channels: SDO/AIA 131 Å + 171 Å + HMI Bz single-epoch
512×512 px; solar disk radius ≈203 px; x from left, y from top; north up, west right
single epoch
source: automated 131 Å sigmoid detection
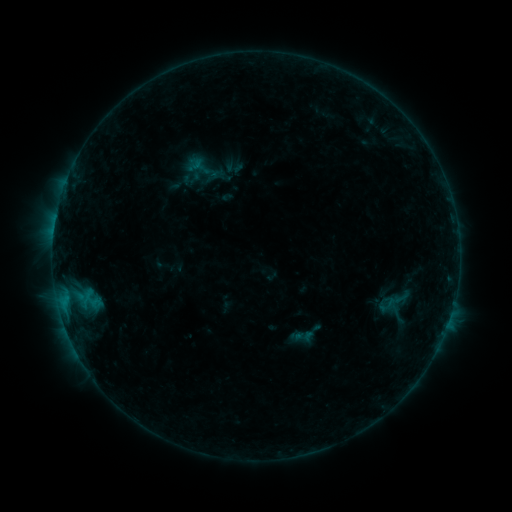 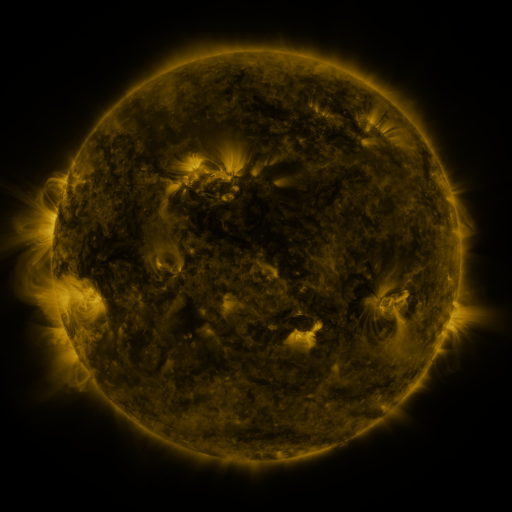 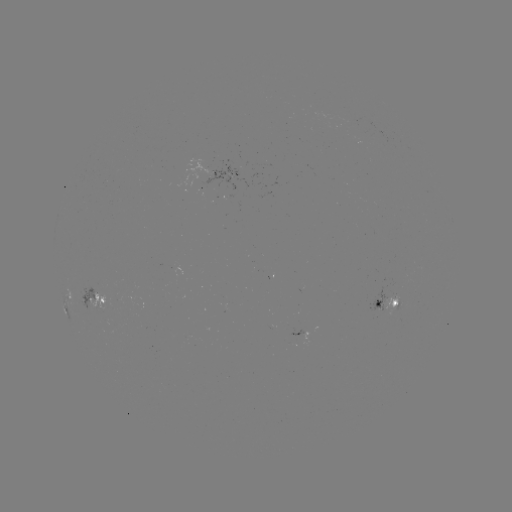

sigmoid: (374, 271, 420, 327)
